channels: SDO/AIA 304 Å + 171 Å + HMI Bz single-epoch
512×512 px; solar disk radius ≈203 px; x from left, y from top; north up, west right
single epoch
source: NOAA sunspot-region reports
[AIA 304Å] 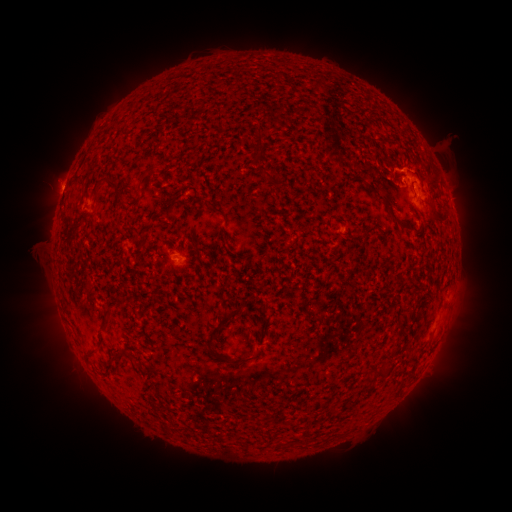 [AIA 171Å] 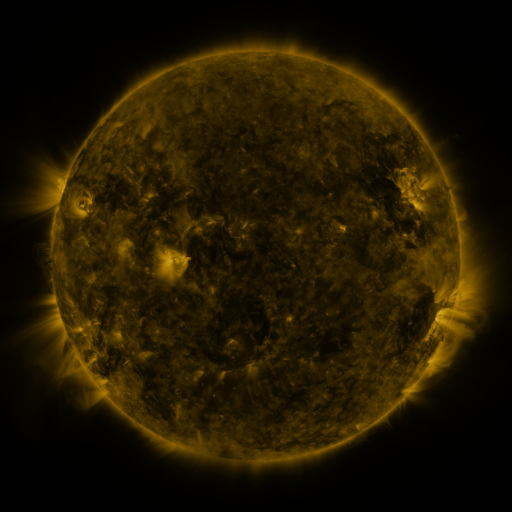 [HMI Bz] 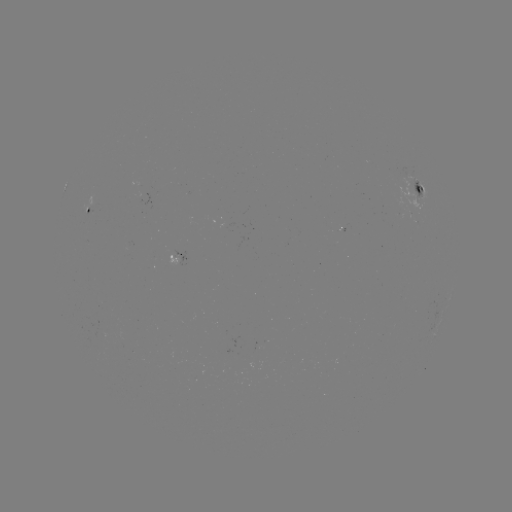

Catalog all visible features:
spotted active region: (415, 185)
spotted active region: (93, 213)
spotted active region: (183, 260)
